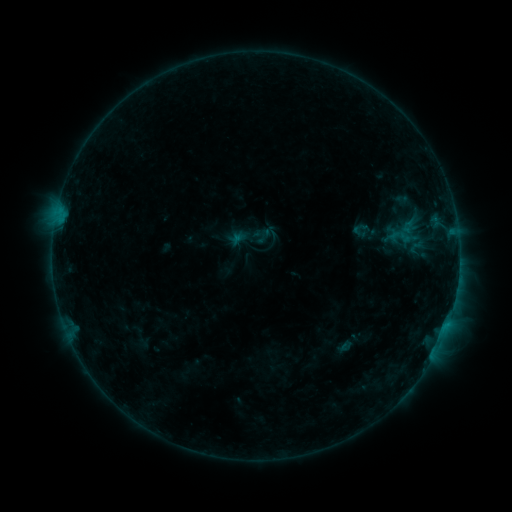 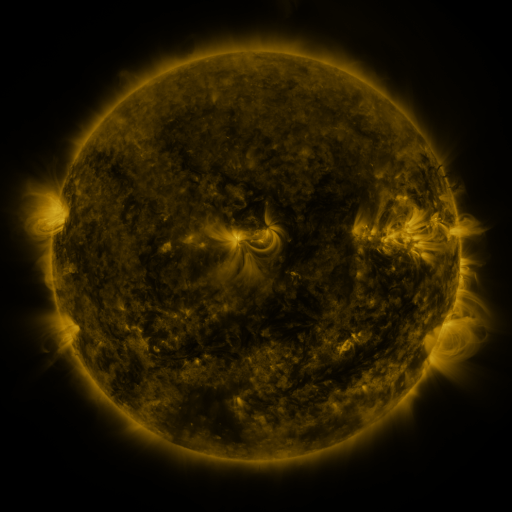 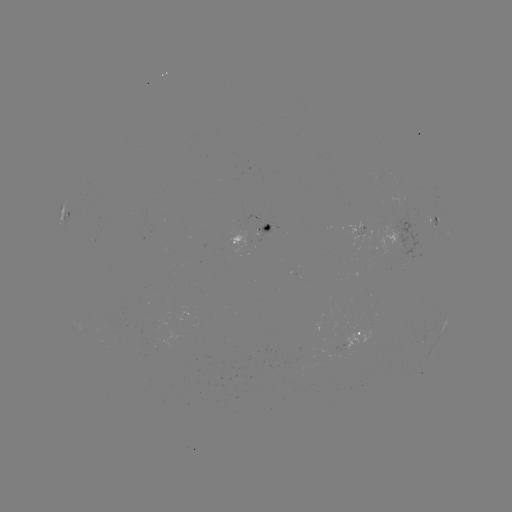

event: sigmoid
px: (402, 236)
